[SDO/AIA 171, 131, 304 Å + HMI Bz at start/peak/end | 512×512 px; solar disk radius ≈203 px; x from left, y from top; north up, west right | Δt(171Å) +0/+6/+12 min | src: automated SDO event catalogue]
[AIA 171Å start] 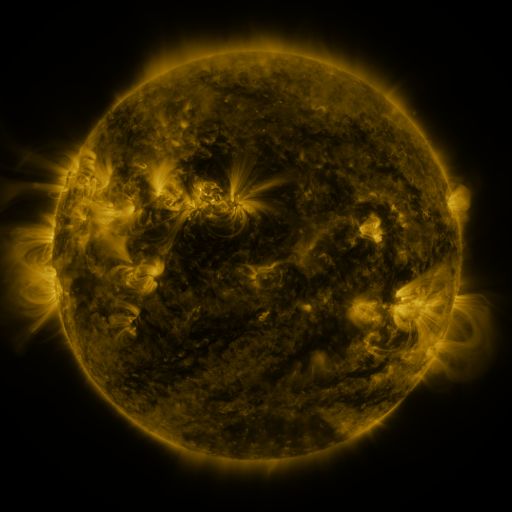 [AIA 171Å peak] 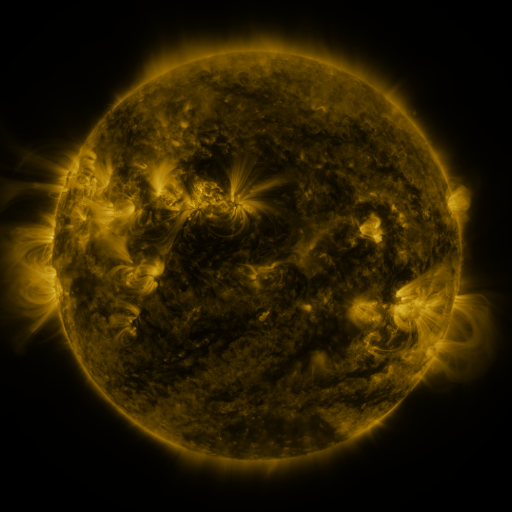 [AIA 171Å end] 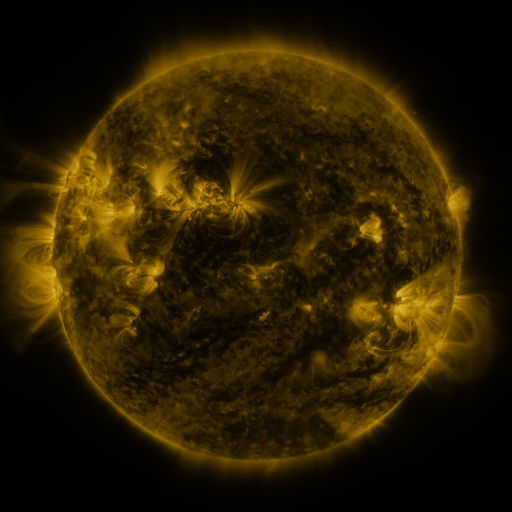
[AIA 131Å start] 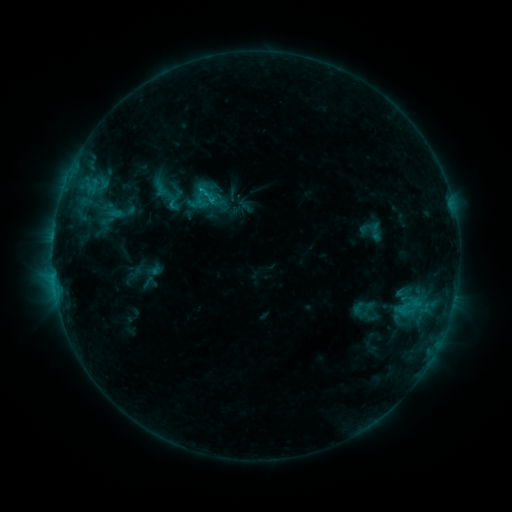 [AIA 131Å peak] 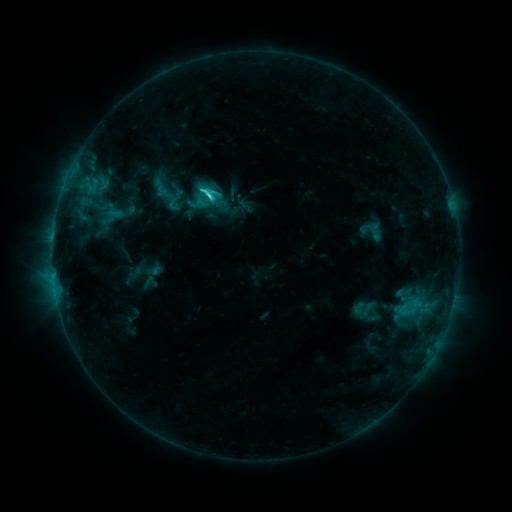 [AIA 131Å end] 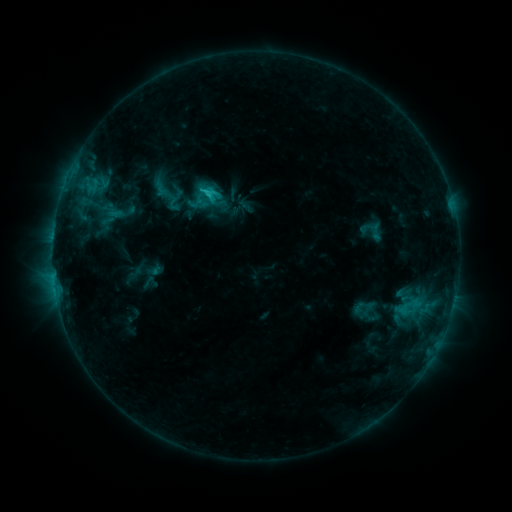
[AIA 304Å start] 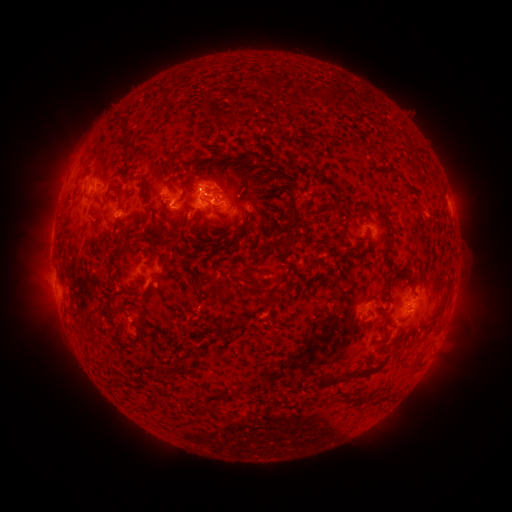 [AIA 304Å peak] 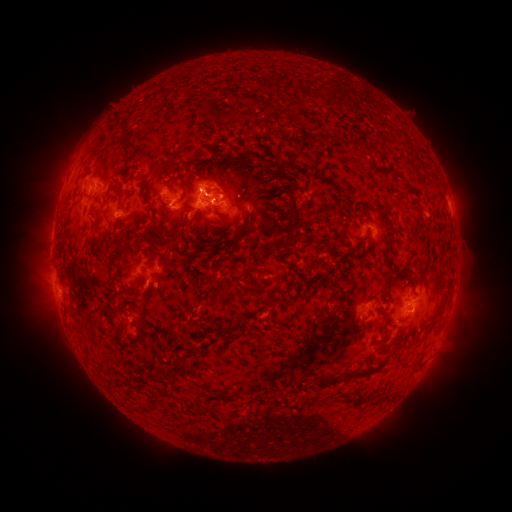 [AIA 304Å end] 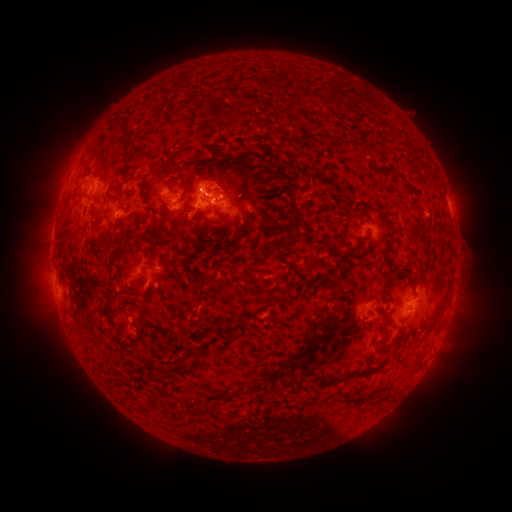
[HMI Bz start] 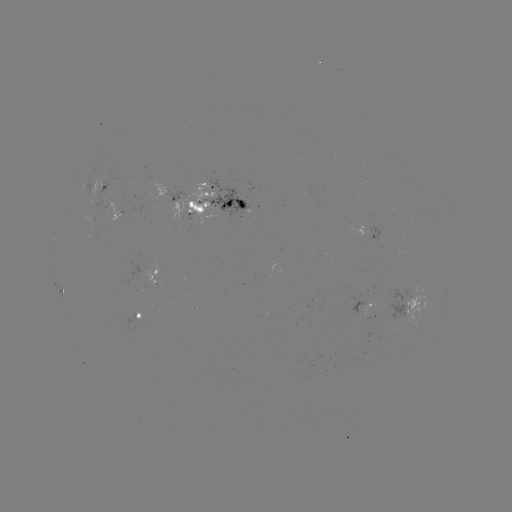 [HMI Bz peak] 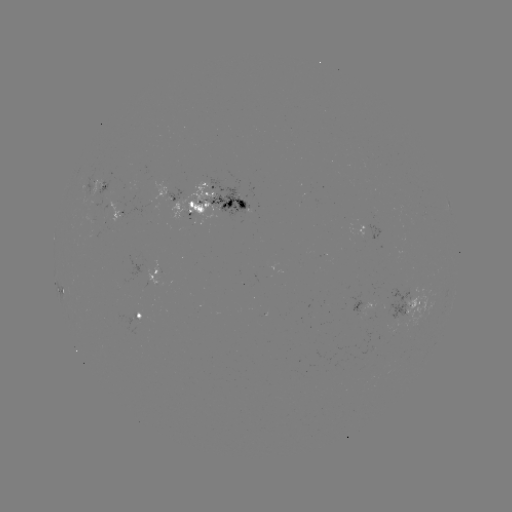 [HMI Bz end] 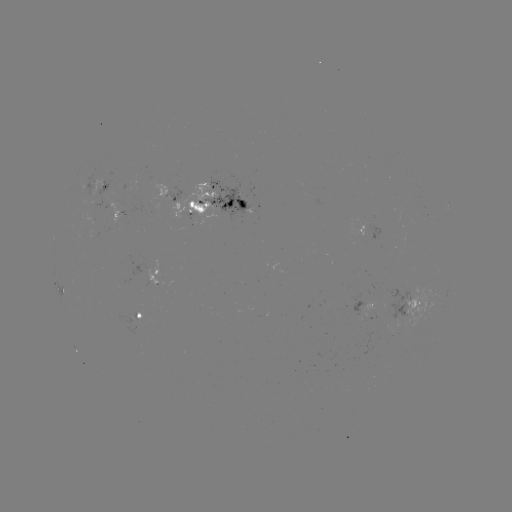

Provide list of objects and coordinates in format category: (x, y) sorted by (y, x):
C2.4 flare: (211, 199)
